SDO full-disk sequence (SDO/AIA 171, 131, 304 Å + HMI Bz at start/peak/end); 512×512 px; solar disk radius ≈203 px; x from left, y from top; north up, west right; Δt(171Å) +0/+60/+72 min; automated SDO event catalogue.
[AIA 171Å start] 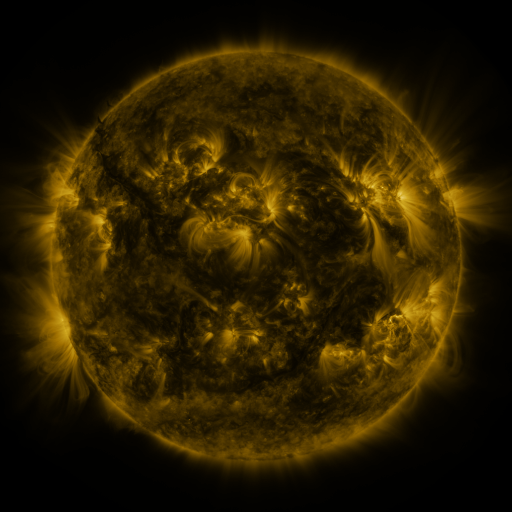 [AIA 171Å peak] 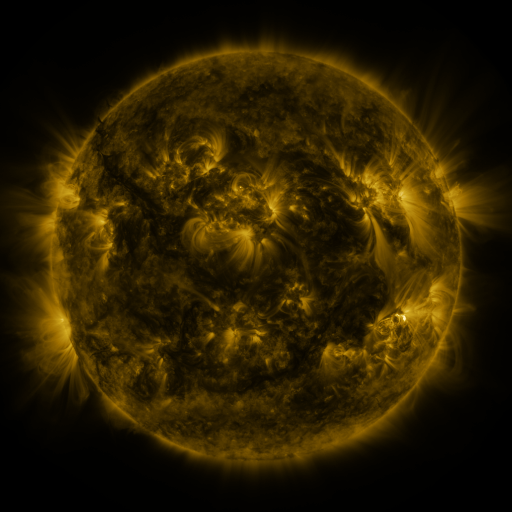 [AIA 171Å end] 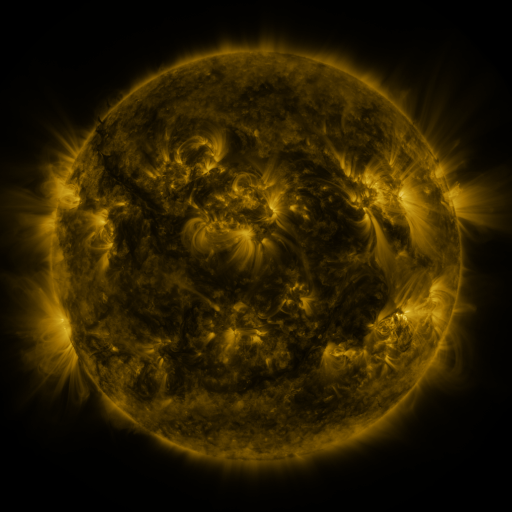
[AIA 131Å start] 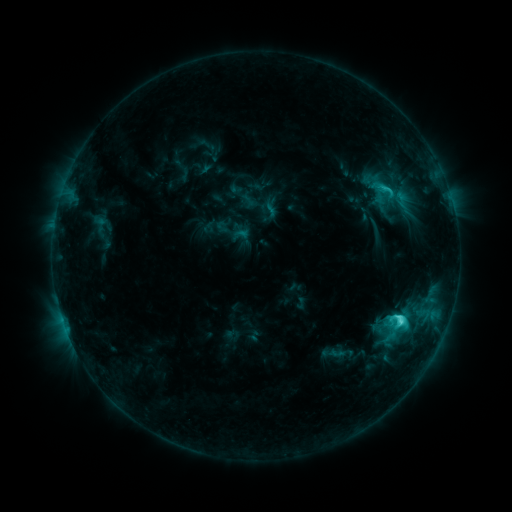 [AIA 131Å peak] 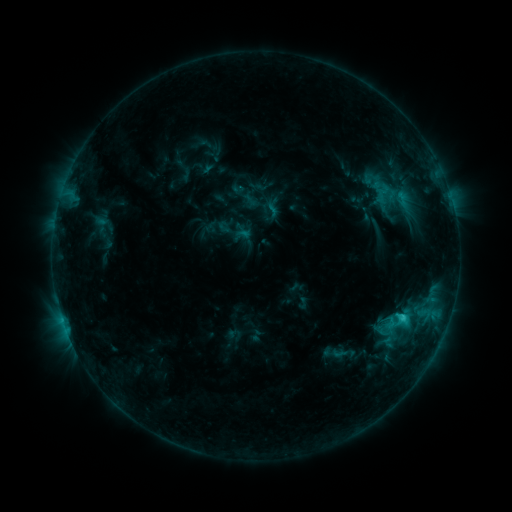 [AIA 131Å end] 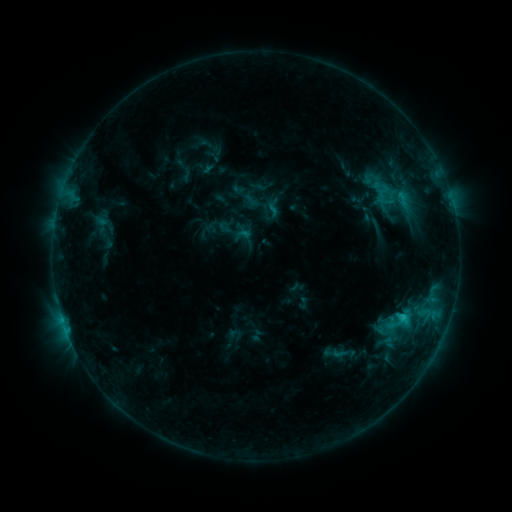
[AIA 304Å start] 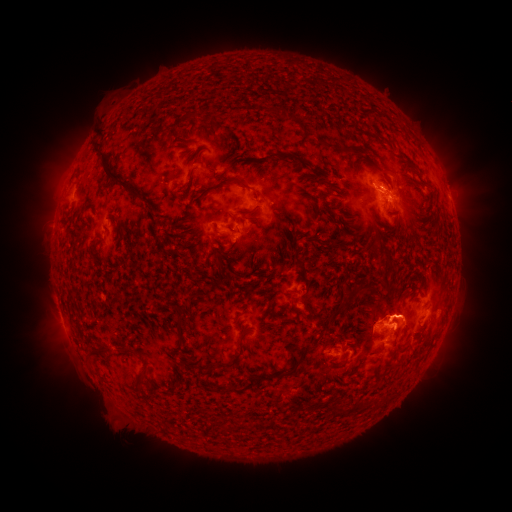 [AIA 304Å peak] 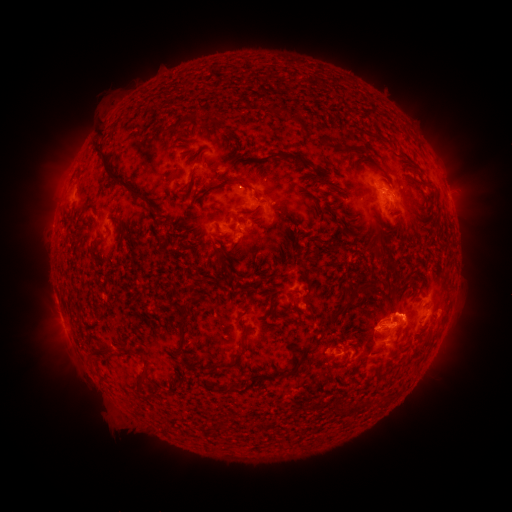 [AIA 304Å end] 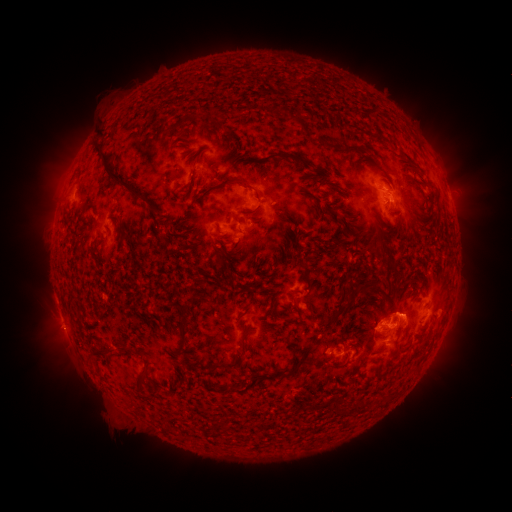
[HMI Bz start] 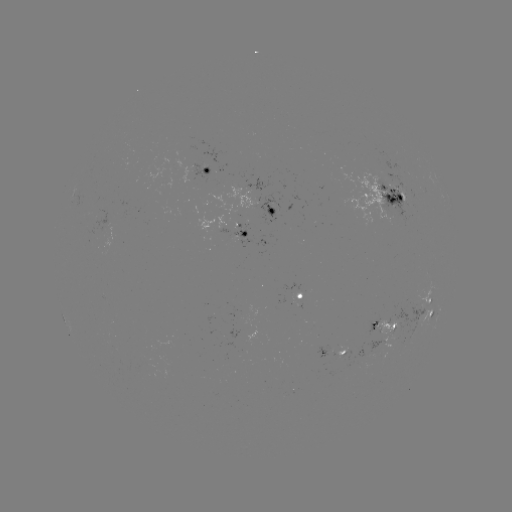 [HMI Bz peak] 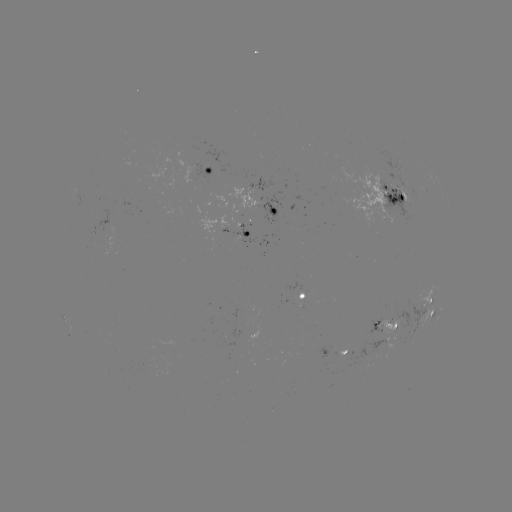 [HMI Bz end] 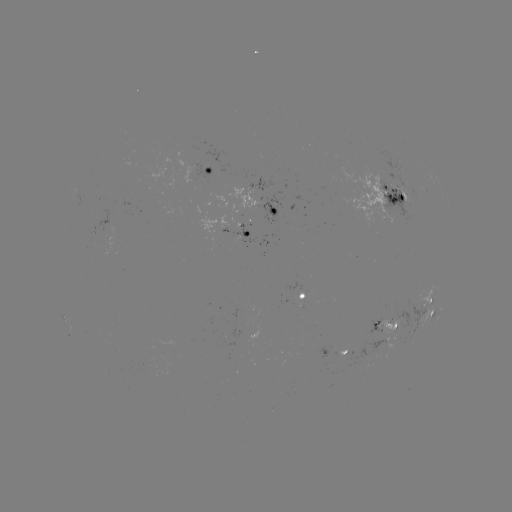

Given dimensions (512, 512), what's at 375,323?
emerging-flux region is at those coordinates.